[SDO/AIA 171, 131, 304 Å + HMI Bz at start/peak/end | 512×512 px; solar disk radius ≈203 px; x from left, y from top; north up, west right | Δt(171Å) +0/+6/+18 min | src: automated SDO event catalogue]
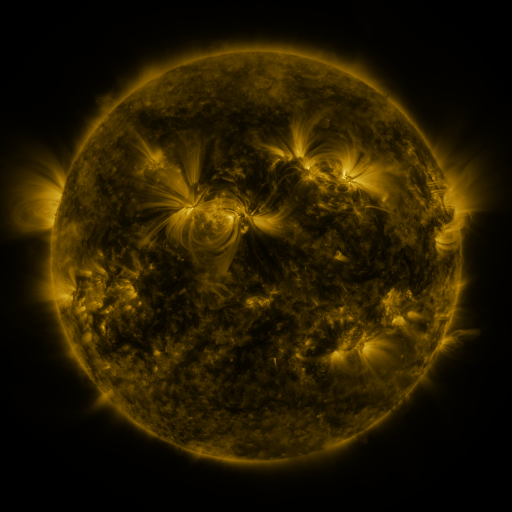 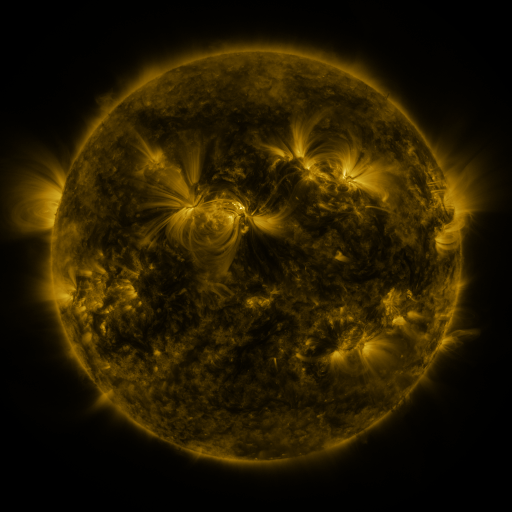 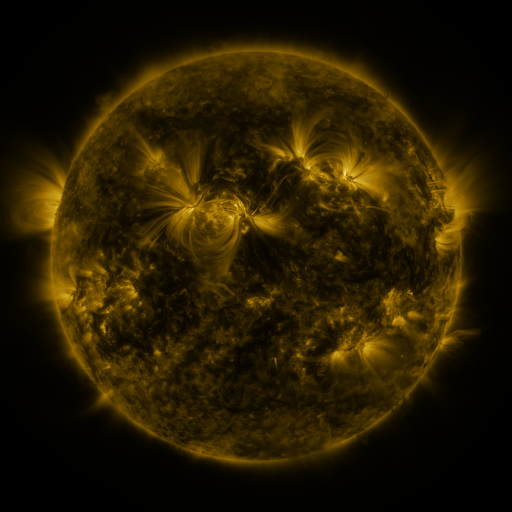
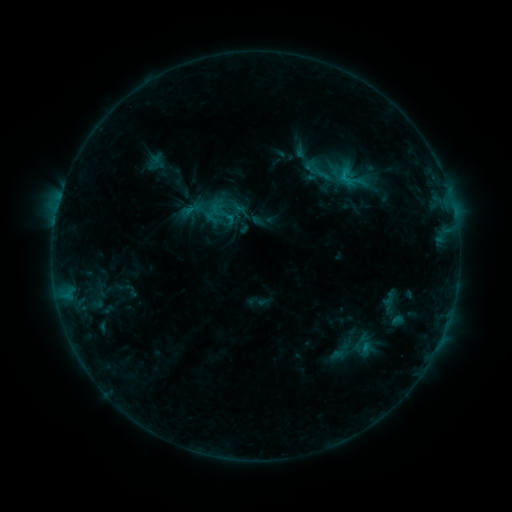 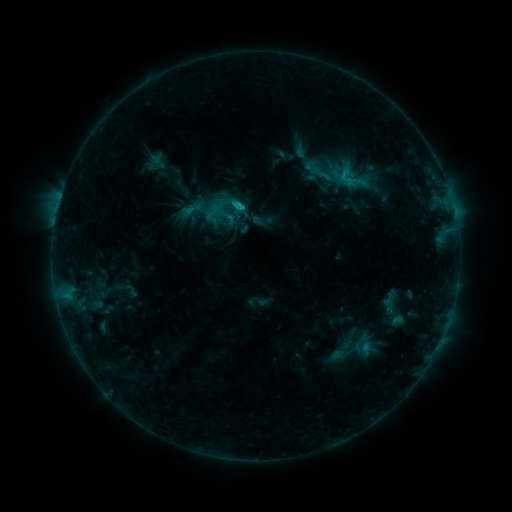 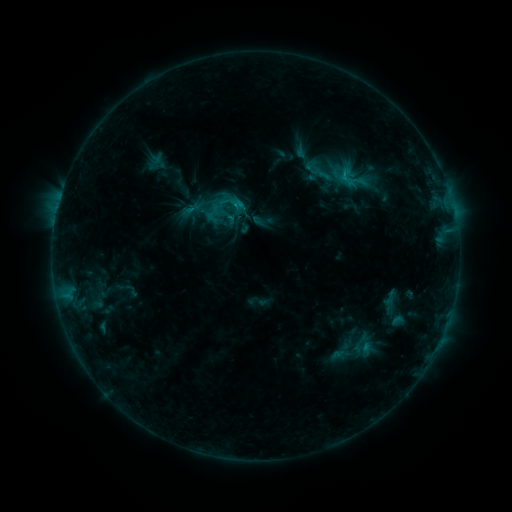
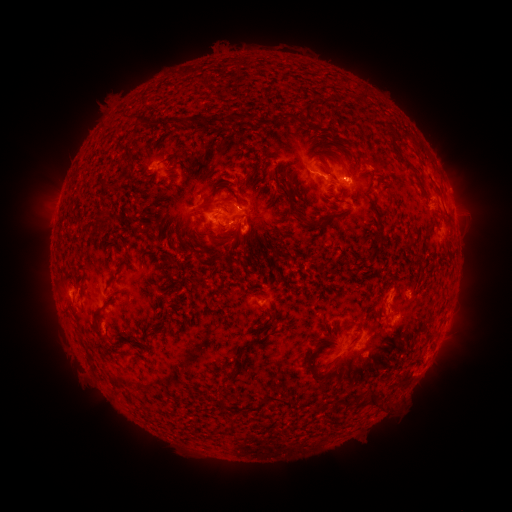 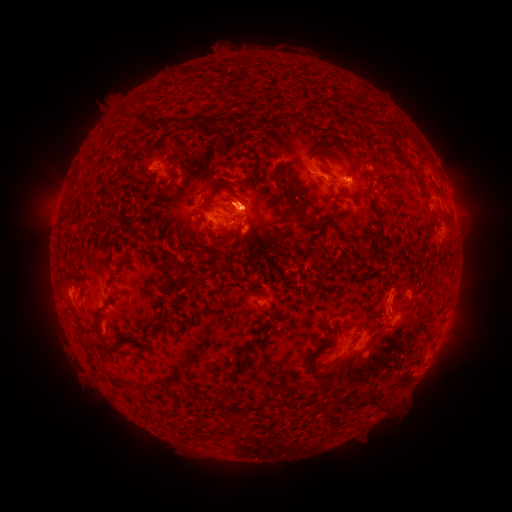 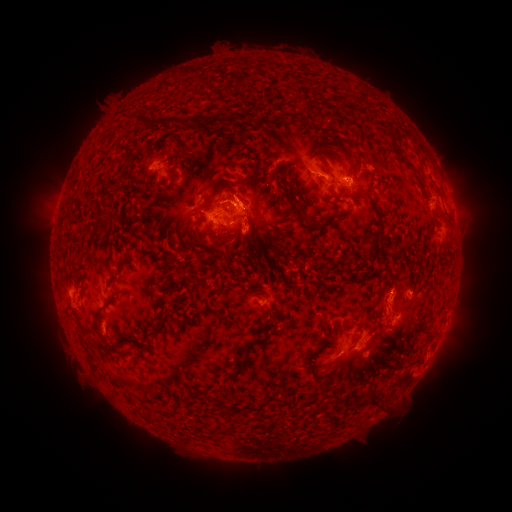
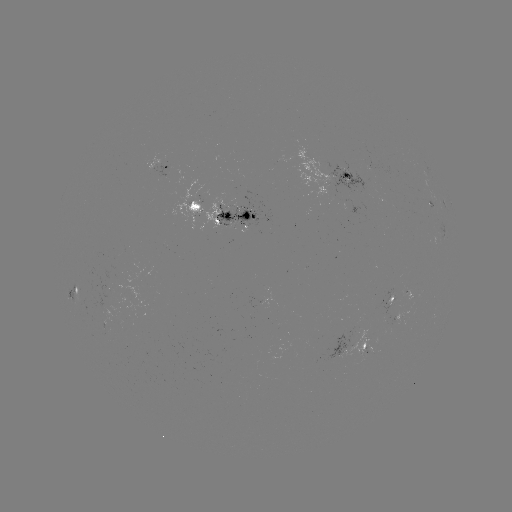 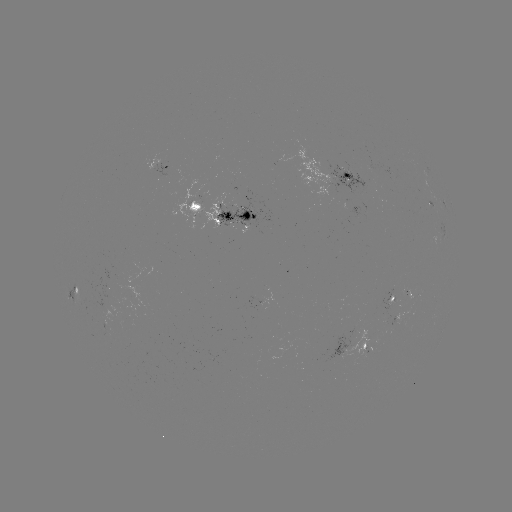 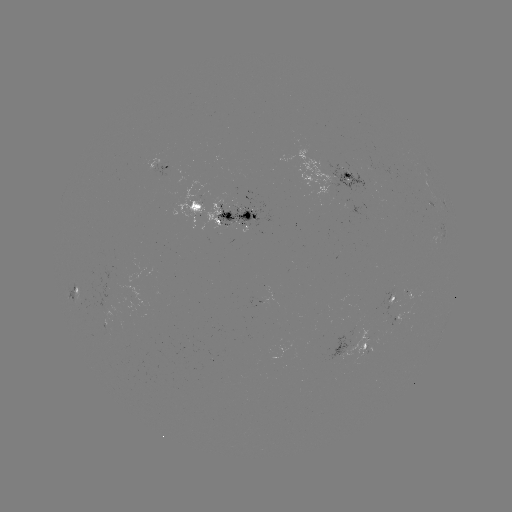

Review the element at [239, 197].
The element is eruption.